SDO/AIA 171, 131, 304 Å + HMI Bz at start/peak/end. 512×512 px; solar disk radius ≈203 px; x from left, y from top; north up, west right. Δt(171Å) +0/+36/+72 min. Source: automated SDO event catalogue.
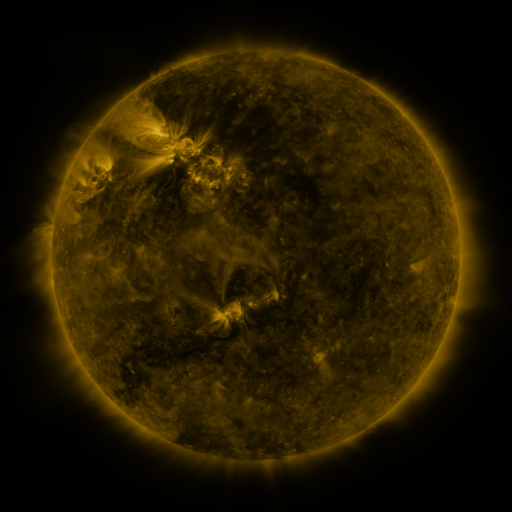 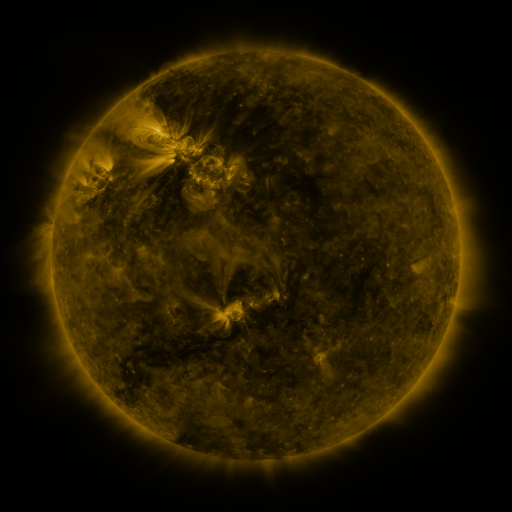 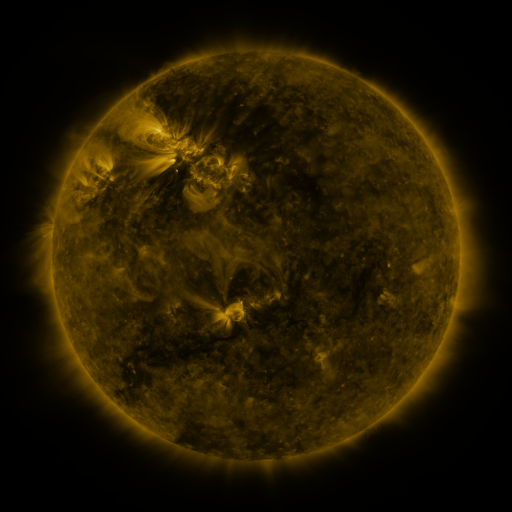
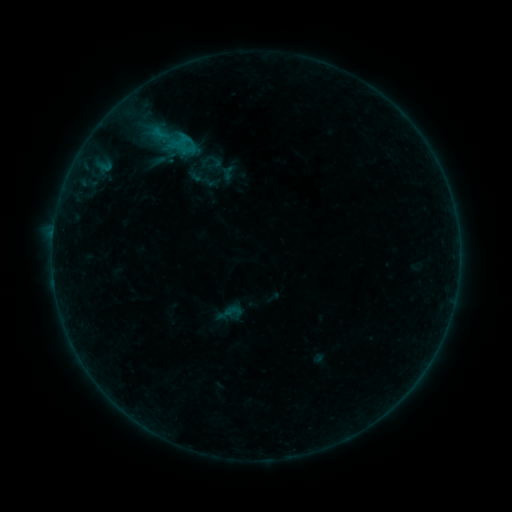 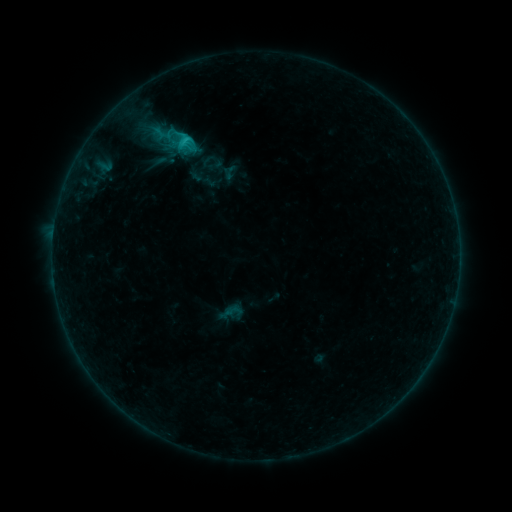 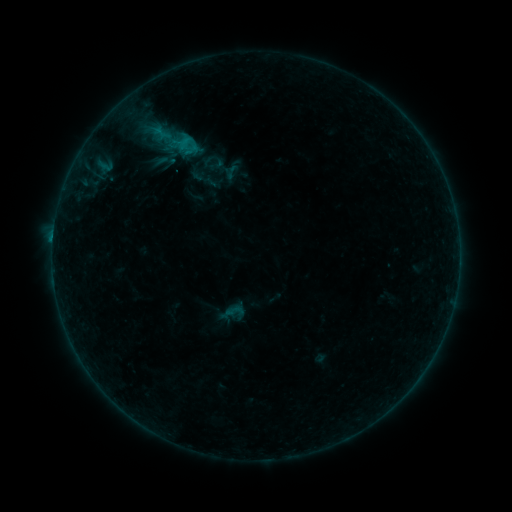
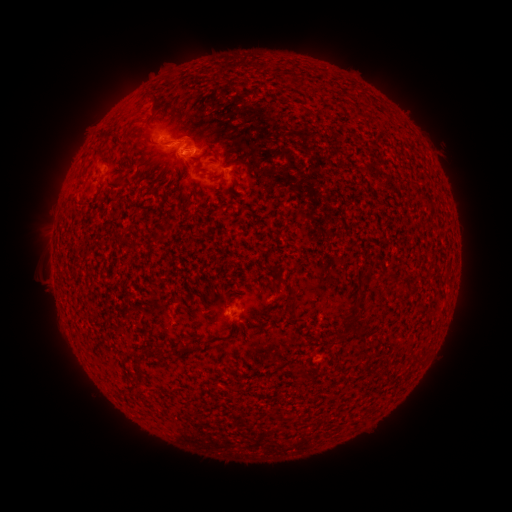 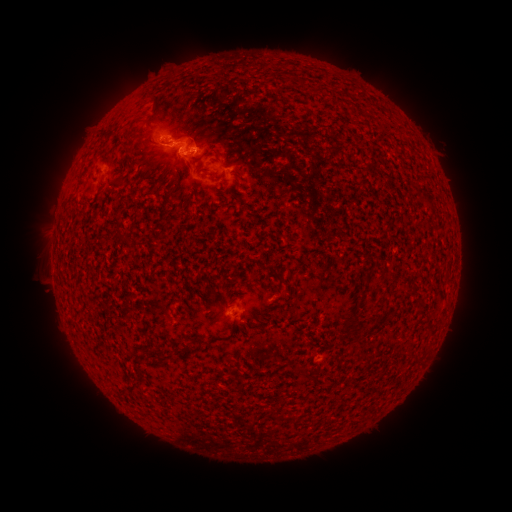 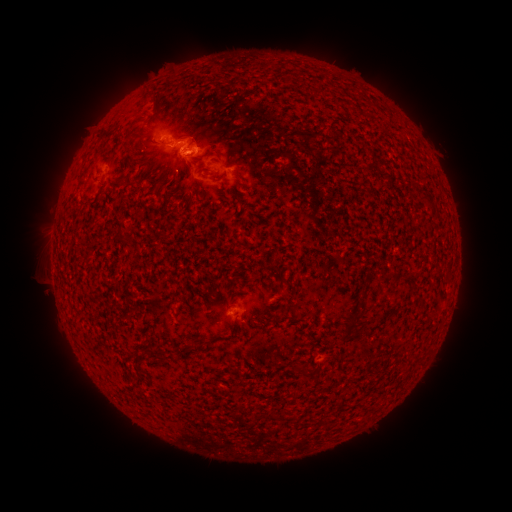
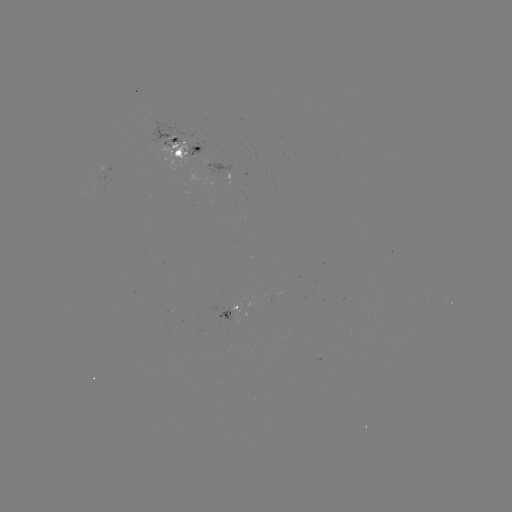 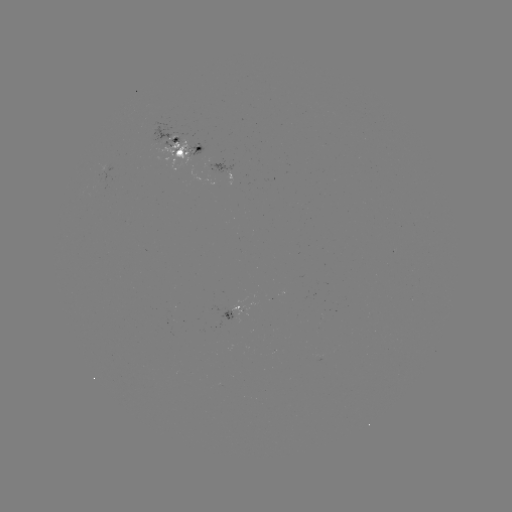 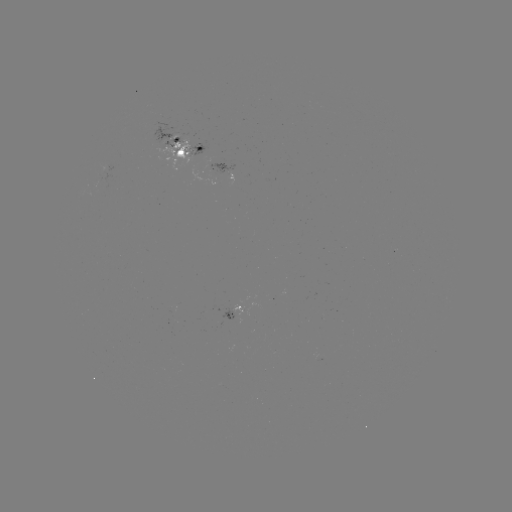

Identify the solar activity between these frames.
emerging-flux region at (175, 152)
